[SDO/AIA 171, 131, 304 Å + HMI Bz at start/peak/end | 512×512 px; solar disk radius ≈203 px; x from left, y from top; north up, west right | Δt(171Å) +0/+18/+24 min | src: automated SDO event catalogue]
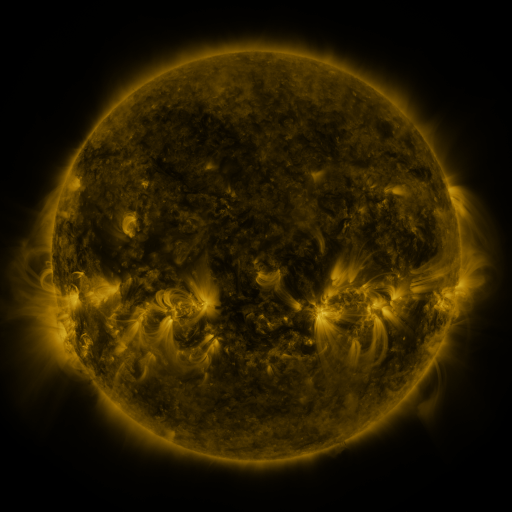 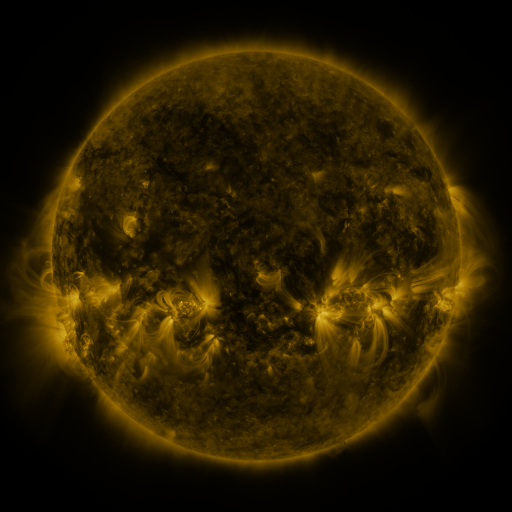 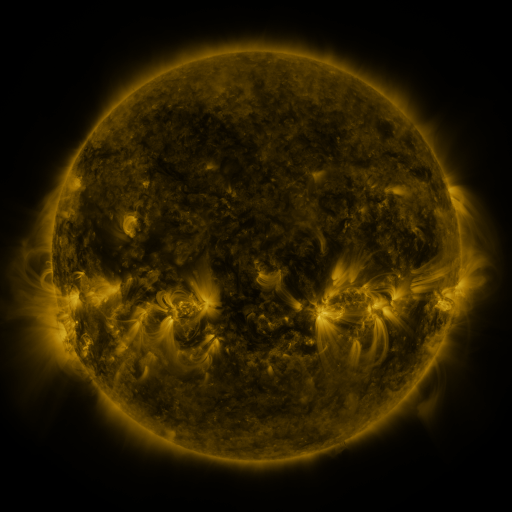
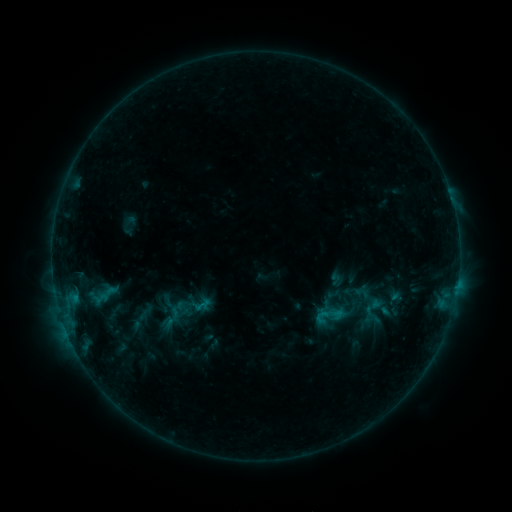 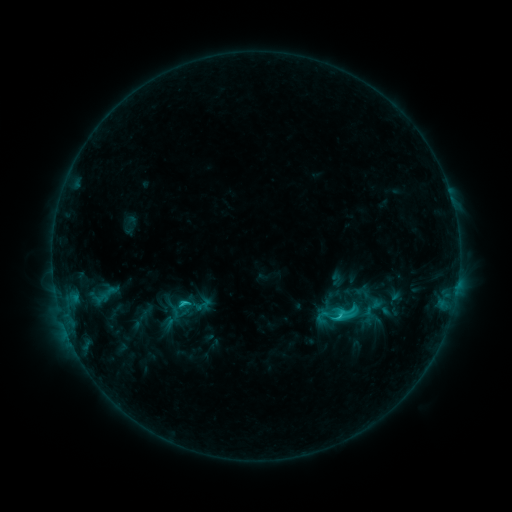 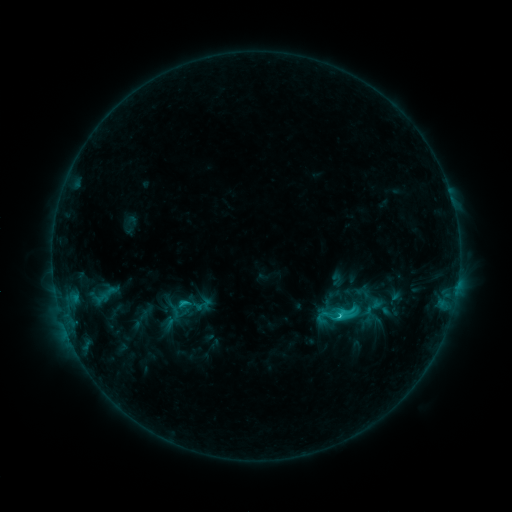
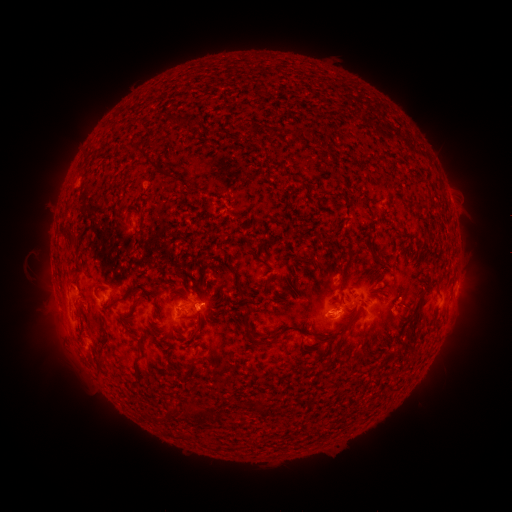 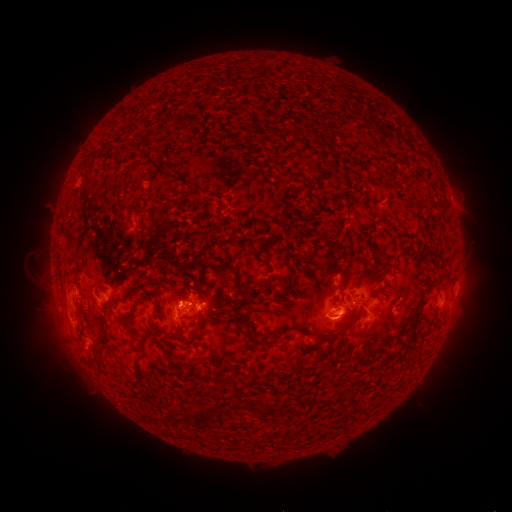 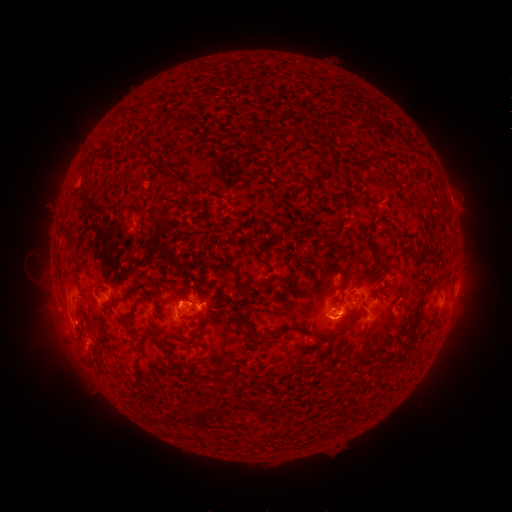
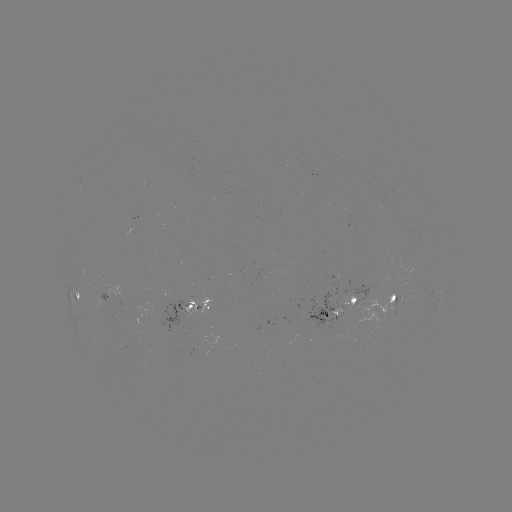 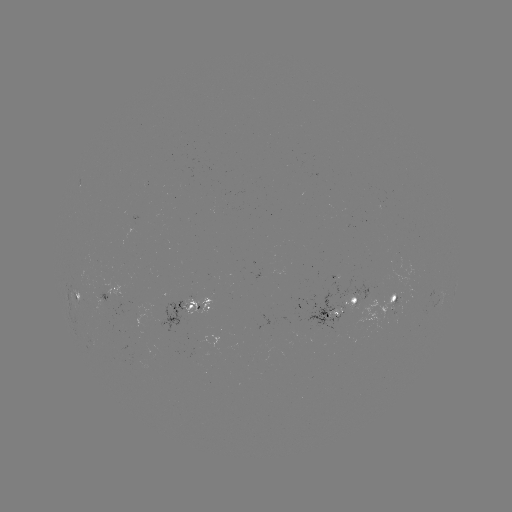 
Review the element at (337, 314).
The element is C2.3 flare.